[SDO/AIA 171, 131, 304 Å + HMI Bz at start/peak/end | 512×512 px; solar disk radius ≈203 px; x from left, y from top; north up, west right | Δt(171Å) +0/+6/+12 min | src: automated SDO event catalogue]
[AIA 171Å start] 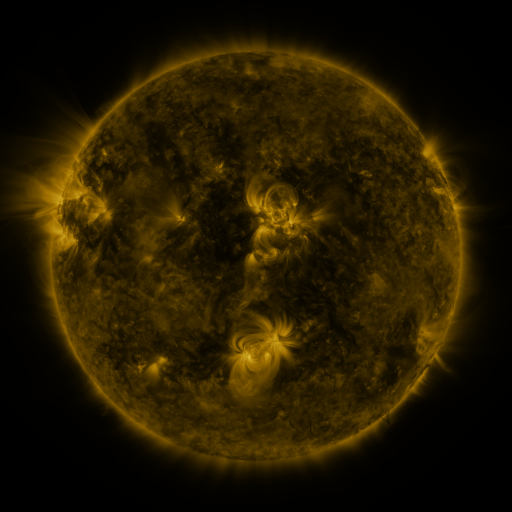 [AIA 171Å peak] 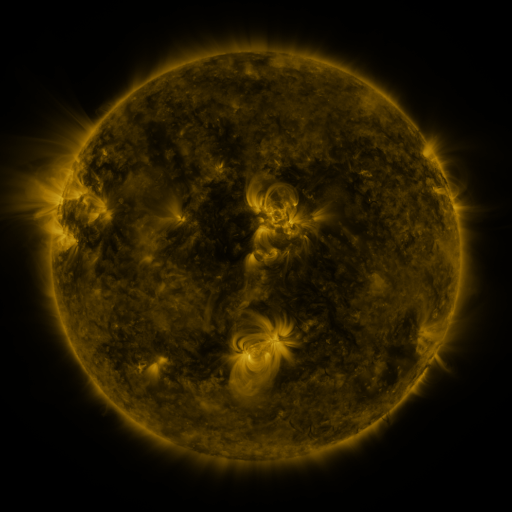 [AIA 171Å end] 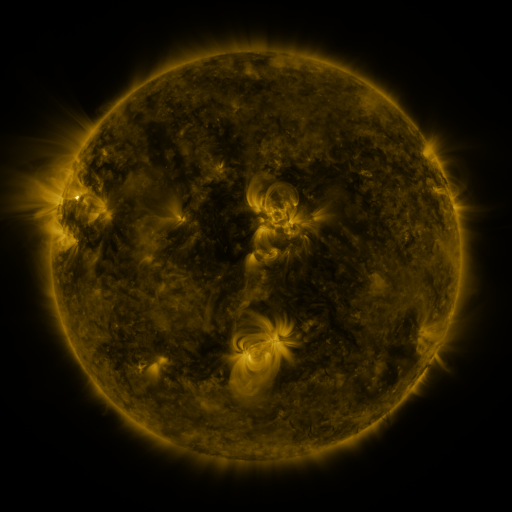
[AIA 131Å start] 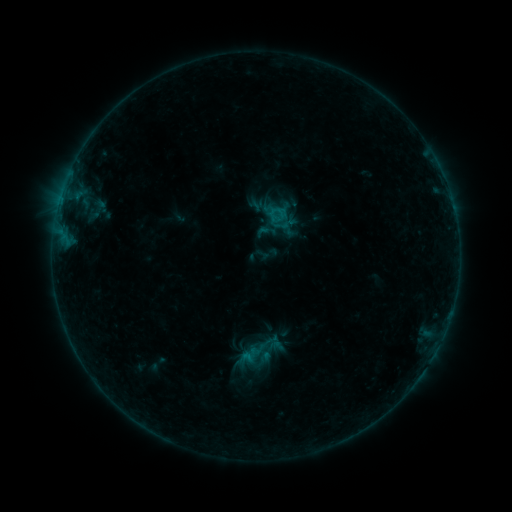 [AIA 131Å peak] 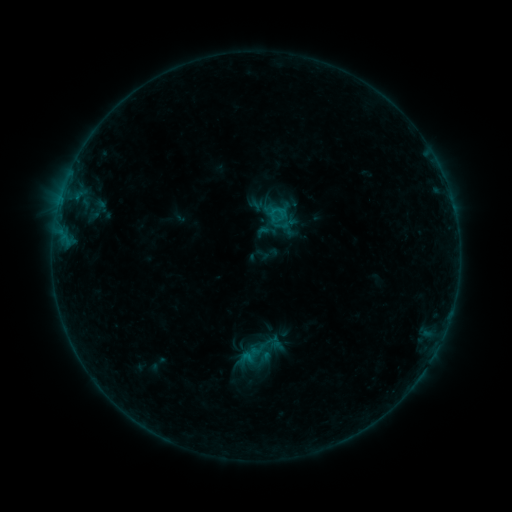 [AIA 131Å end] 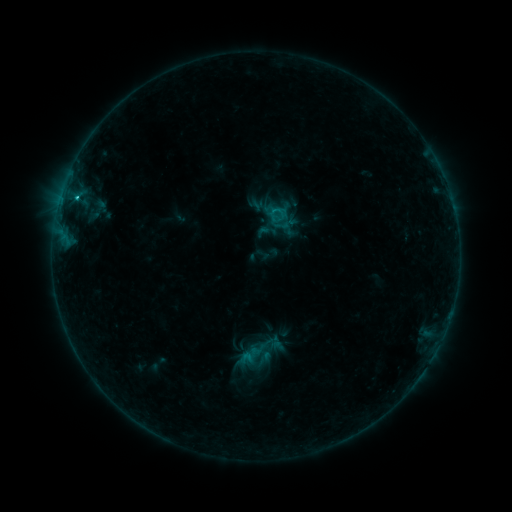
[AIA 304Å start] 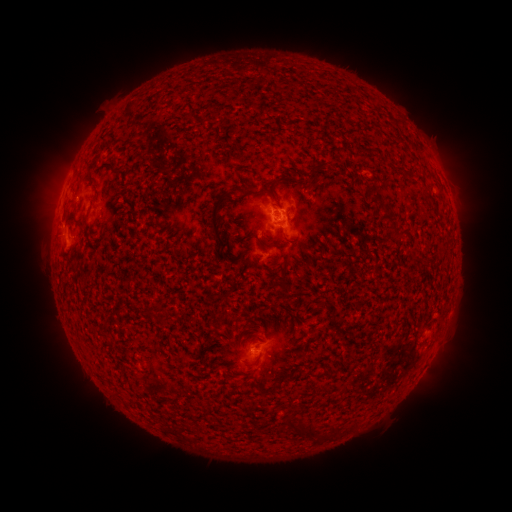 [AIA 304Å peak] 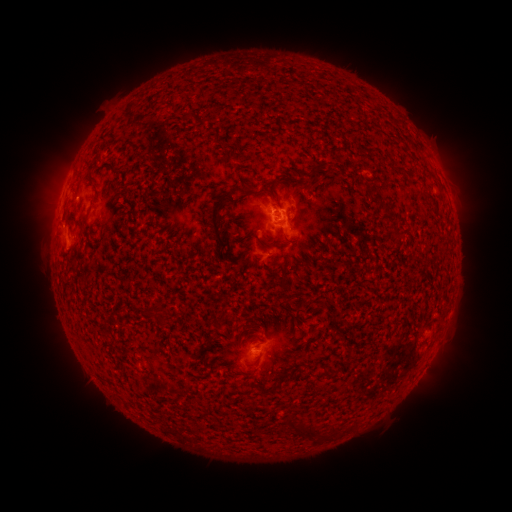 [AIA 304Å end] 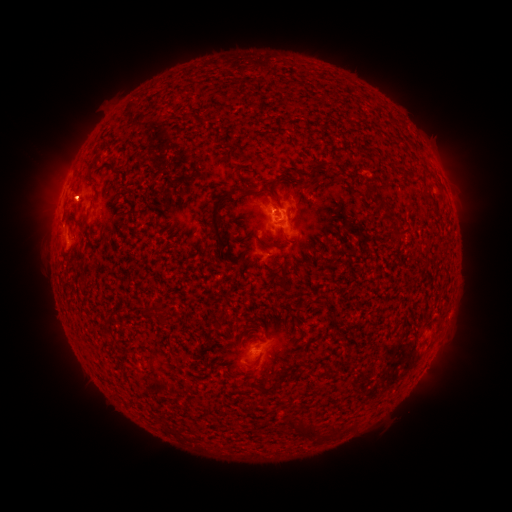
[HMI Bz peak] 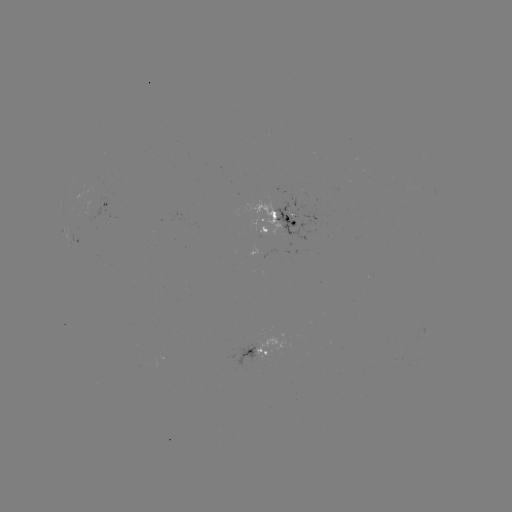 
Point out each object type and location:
B9.7 flare: (272, 213)
